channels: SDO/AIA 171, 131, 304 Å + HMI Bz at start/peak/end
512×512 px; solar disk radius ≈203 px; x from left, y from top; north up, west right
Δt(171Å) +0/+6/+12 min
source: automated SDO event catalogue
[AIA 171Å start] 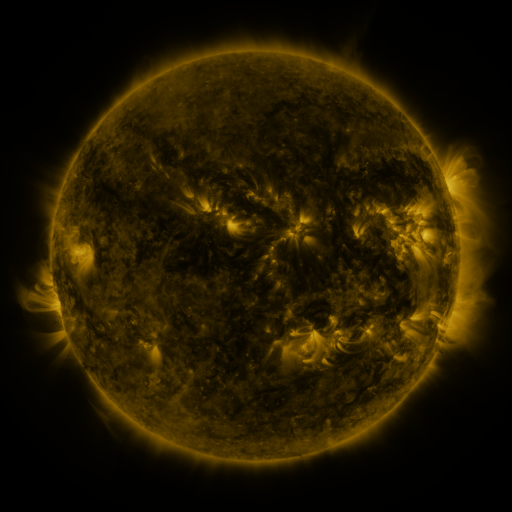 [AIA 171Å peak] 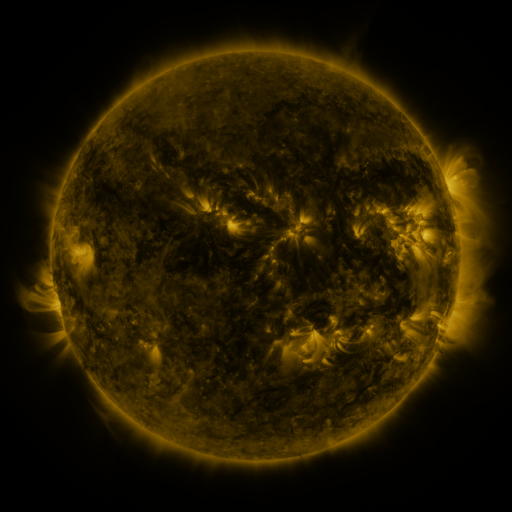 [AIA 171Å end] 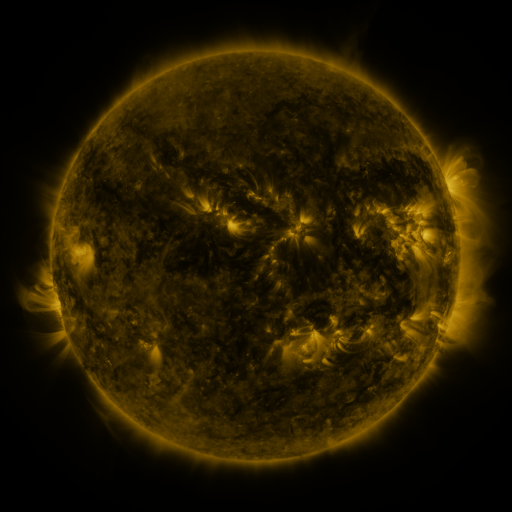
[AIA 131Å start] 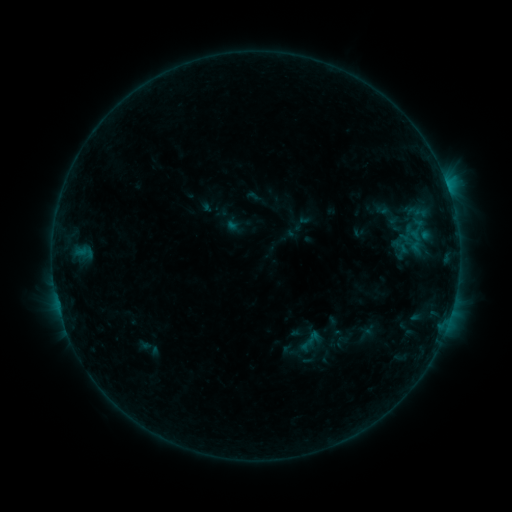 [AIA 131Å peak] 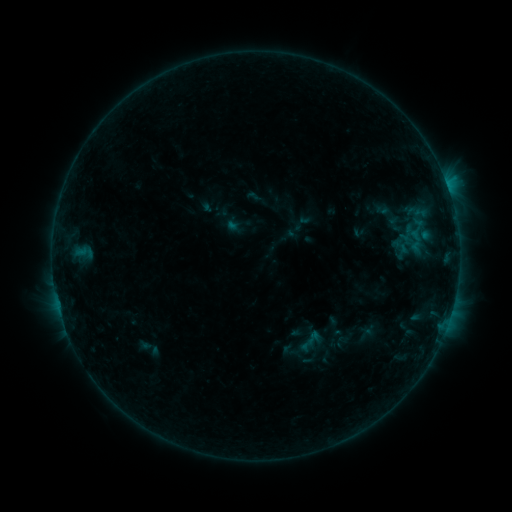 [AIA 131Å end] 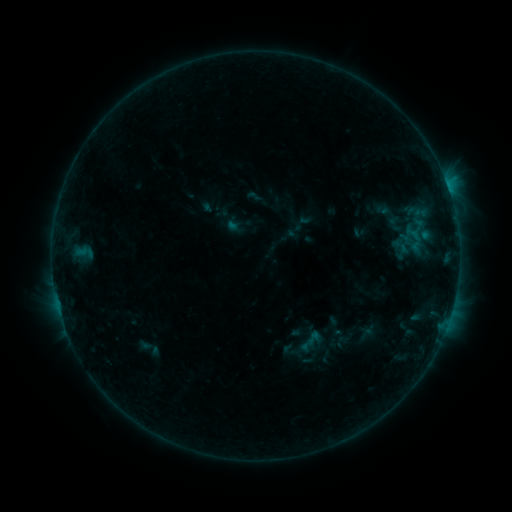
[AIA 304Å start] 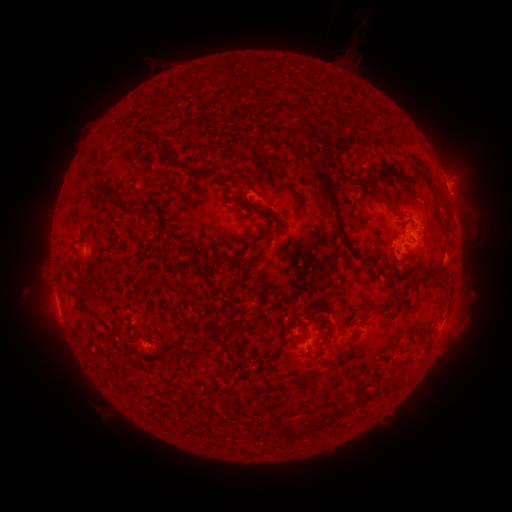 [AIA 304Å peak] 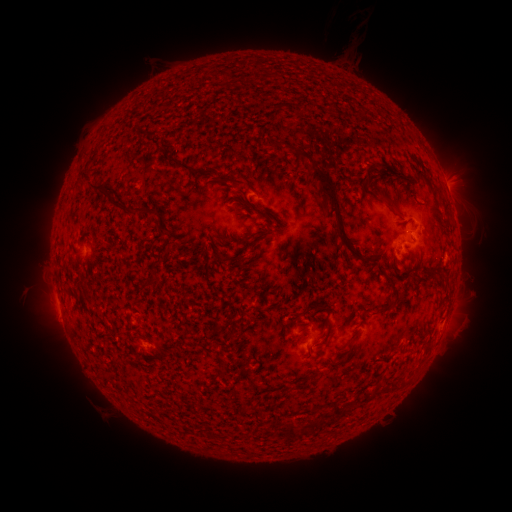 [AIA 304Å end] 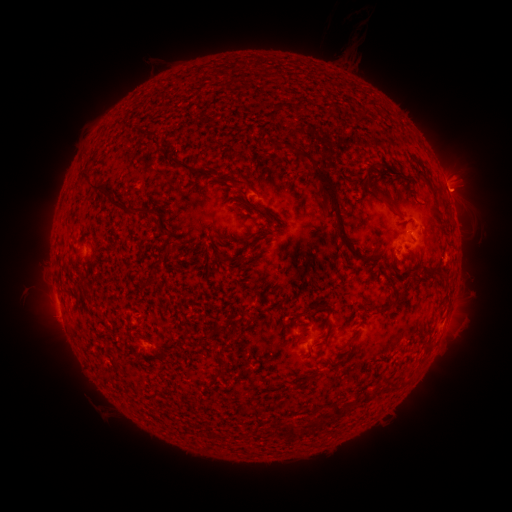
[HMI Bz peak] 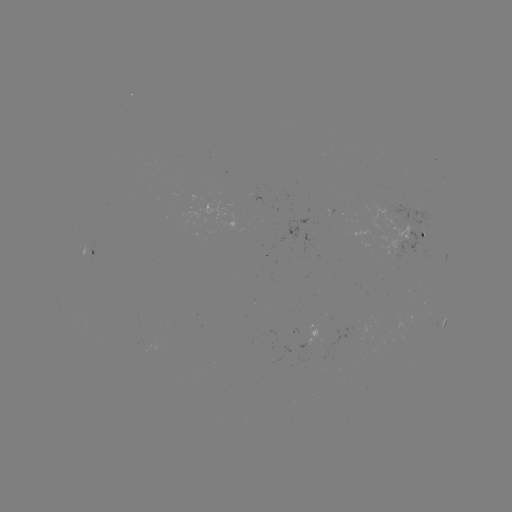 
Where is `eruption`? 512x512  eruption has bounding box [434, 166, 489, 218].